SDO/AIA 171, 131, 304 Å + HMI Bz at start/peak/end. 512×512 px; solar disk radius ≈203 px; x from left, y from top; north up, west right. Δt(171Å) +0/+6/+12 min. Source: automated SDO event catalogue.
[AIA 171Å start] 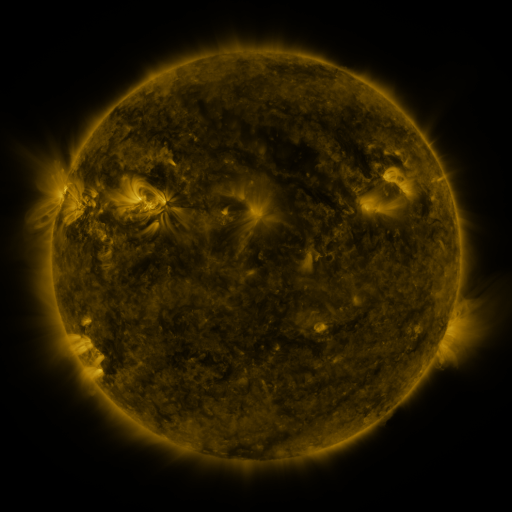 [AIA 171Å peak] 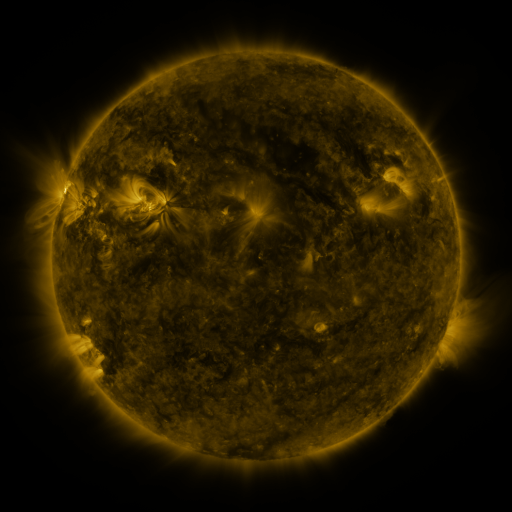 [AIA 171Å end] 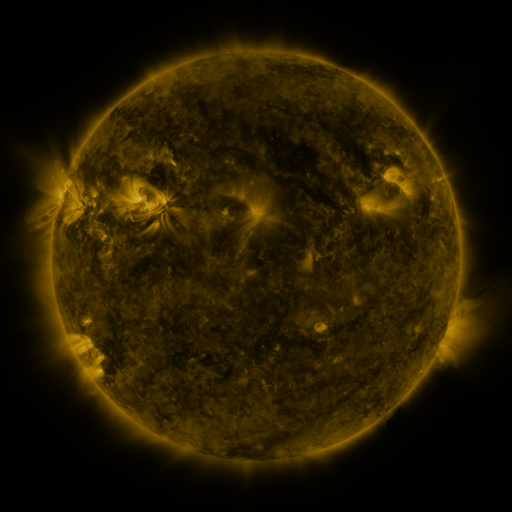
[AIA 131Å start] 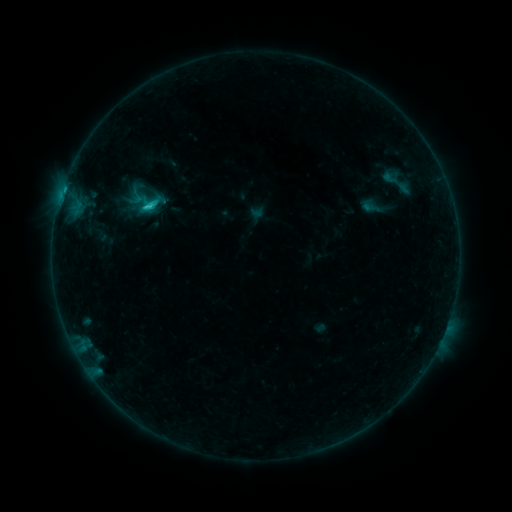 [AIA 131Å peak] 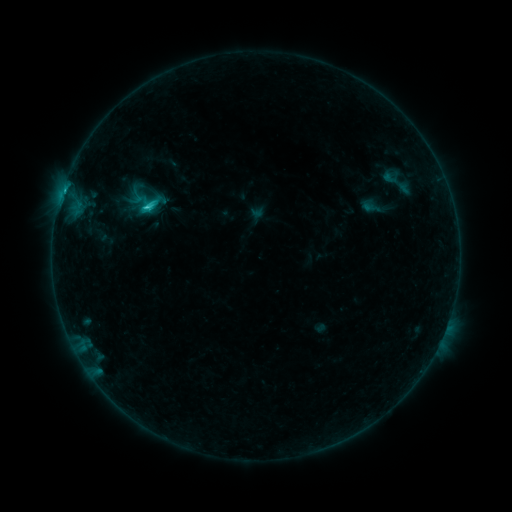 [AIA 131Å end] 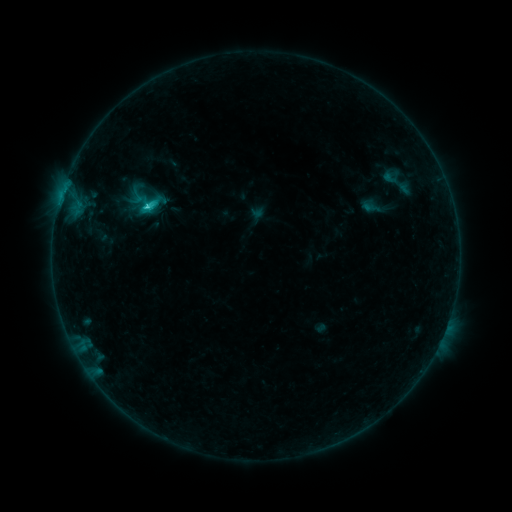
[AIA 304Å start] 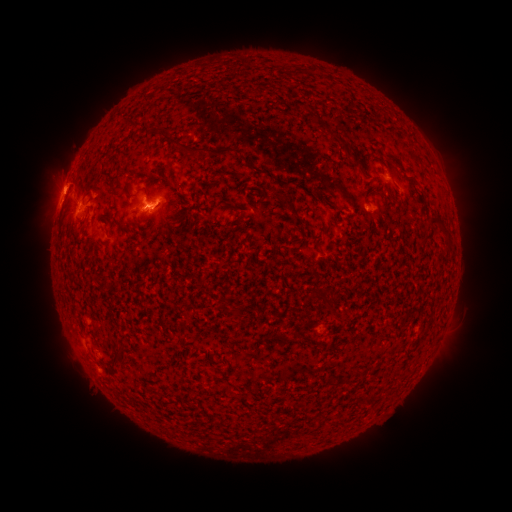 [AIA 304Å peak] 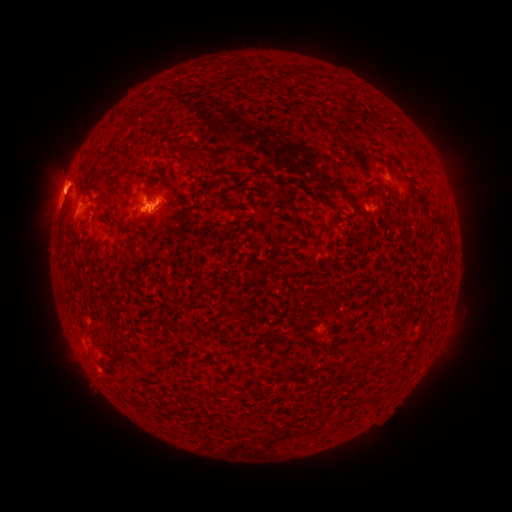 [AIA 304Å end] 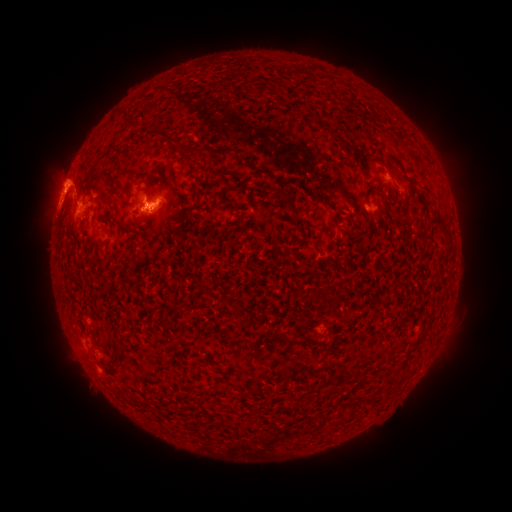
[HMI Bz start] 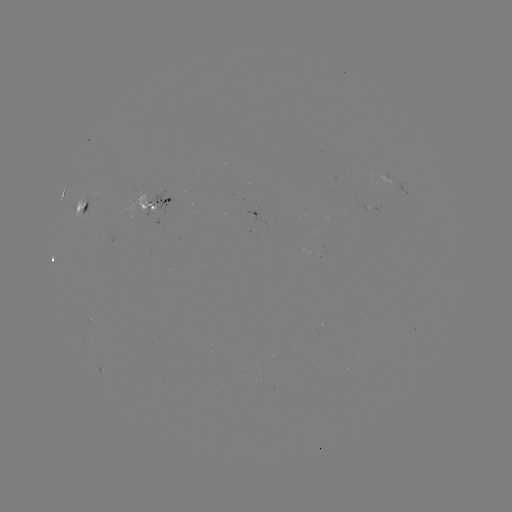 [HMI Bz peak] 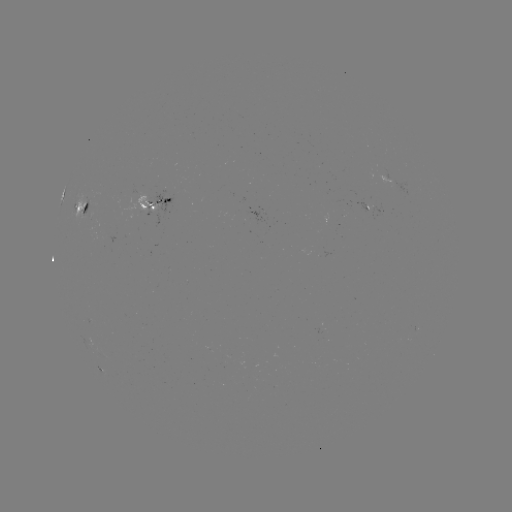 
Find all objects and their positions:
eruption: (61, 178)
